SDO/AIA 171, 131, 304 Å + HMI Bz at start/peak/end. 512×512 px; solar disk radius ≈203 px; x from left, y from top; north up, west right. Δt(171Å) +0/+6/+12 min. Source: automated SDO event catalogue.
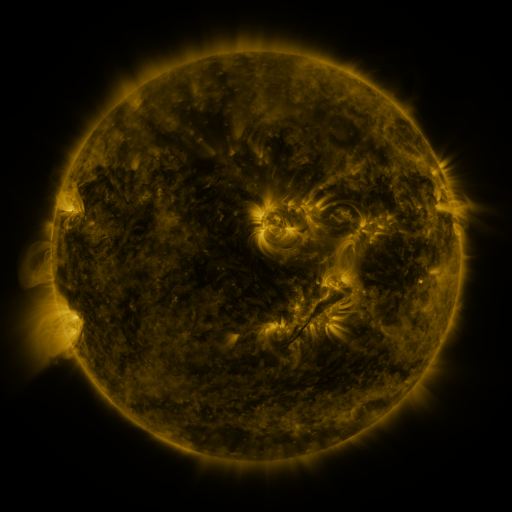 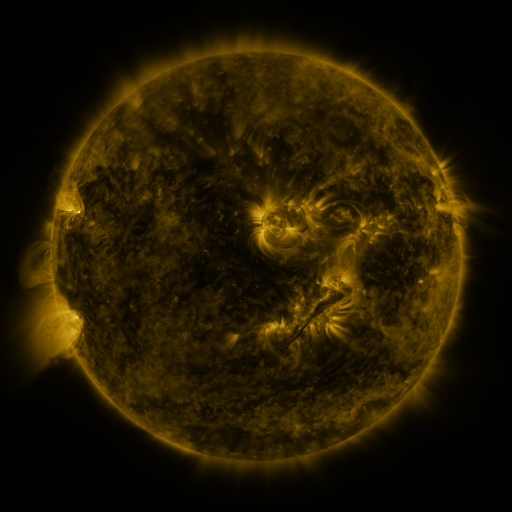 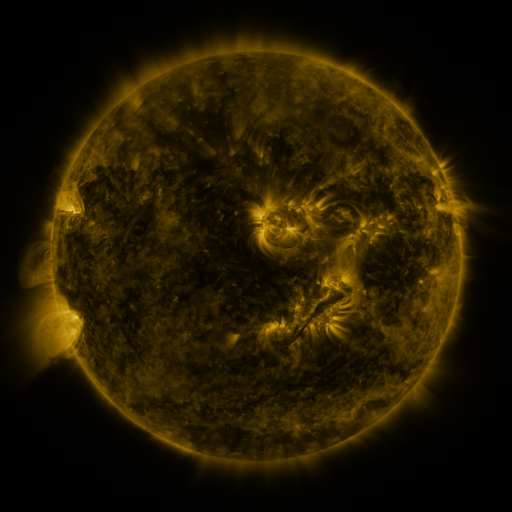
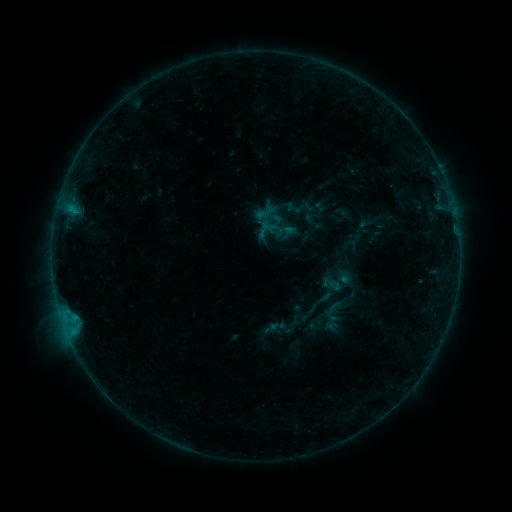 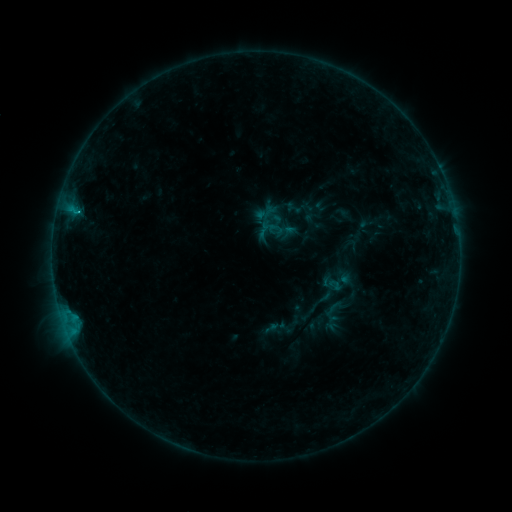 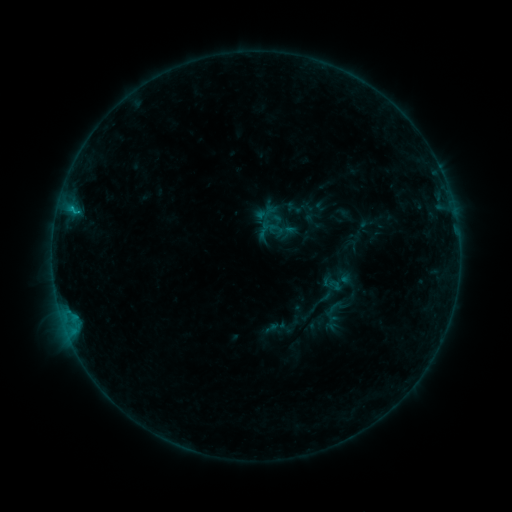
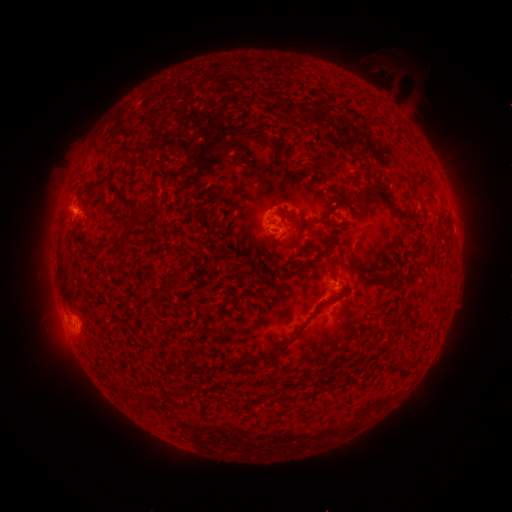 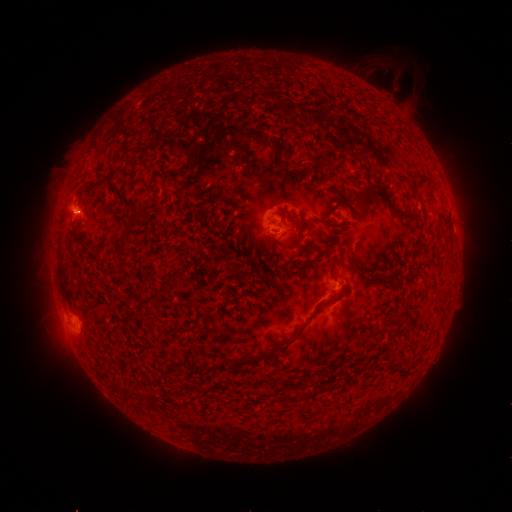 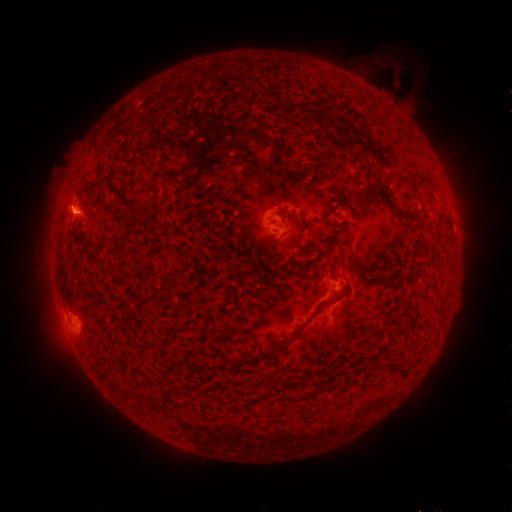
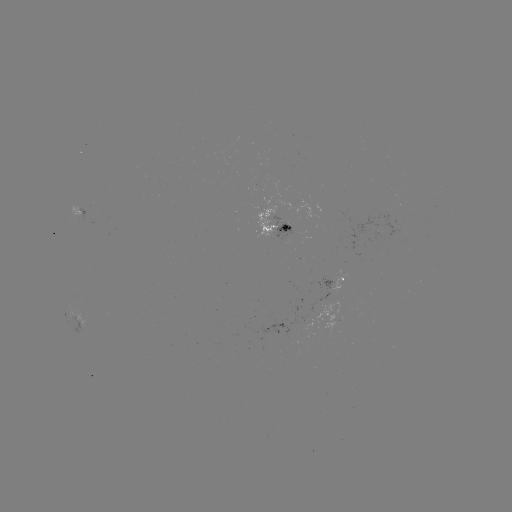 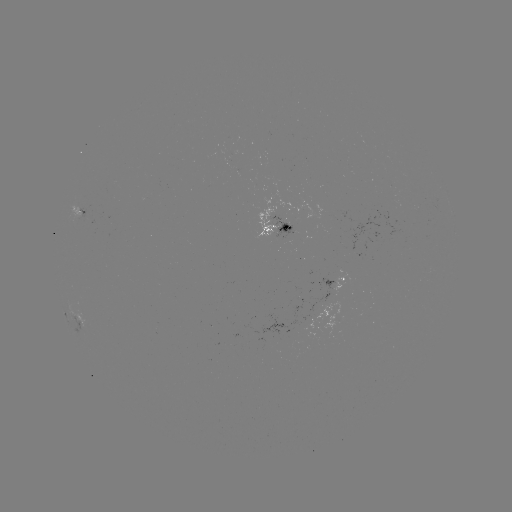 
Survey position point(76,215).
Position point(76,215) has C1.0 flare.